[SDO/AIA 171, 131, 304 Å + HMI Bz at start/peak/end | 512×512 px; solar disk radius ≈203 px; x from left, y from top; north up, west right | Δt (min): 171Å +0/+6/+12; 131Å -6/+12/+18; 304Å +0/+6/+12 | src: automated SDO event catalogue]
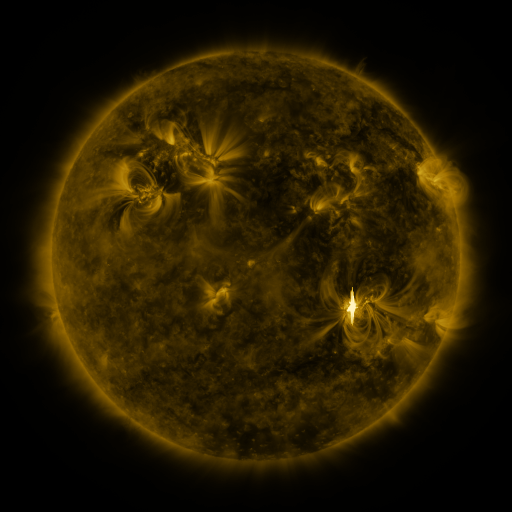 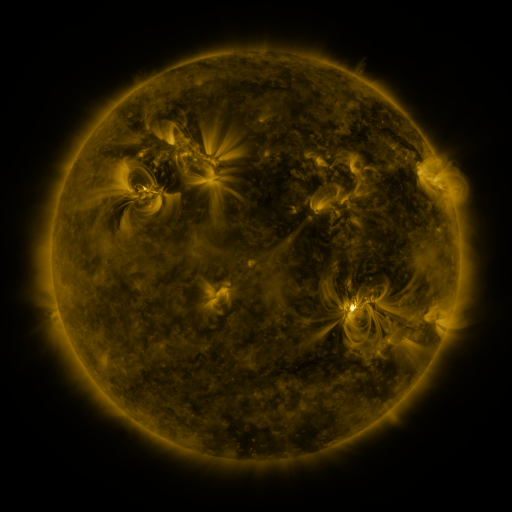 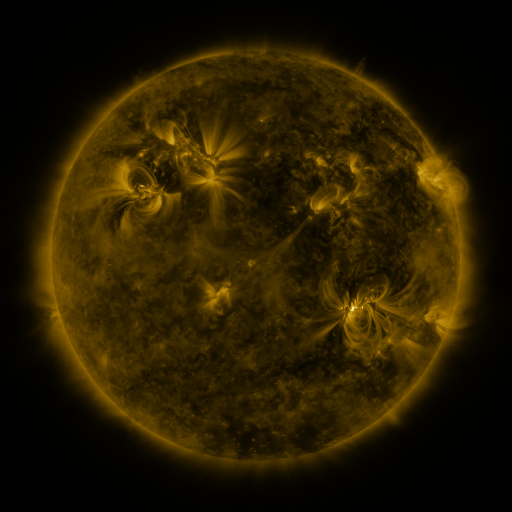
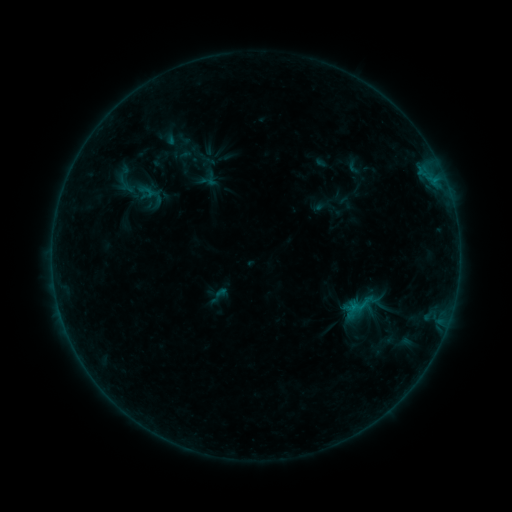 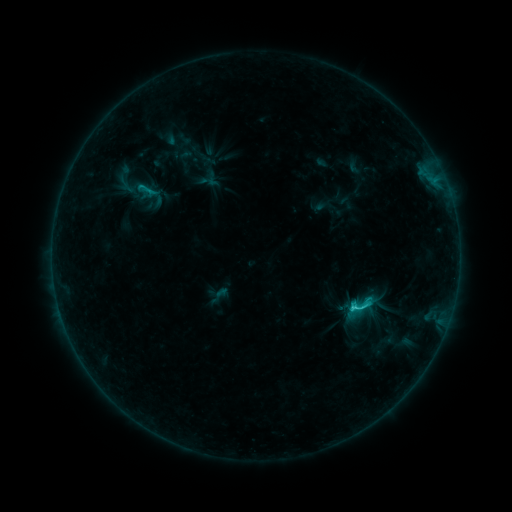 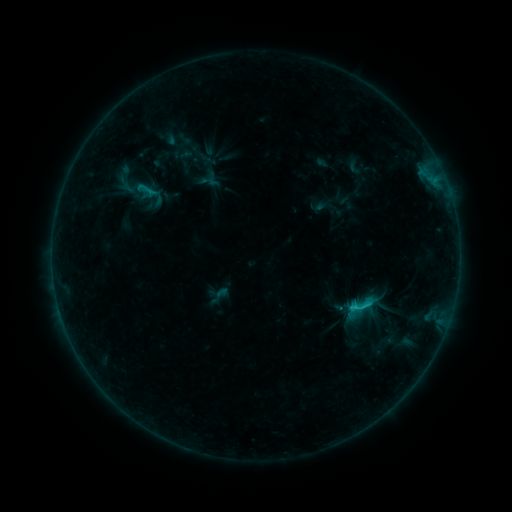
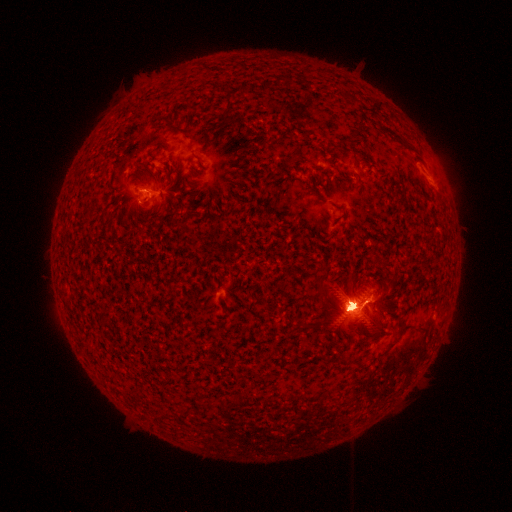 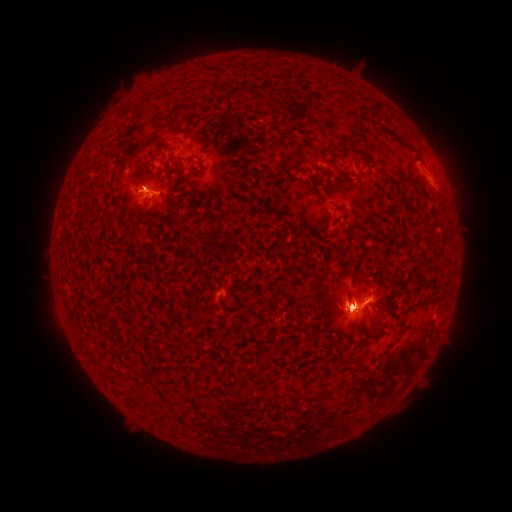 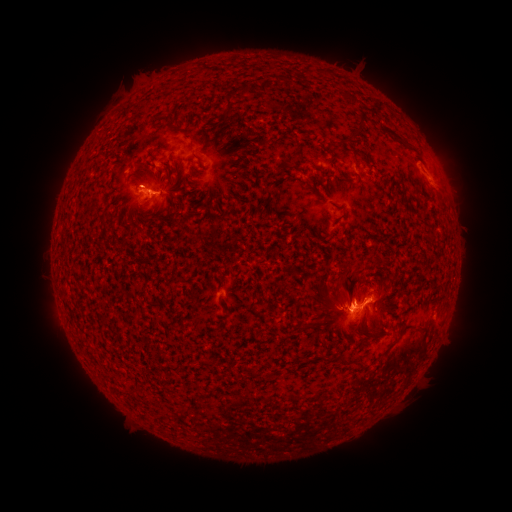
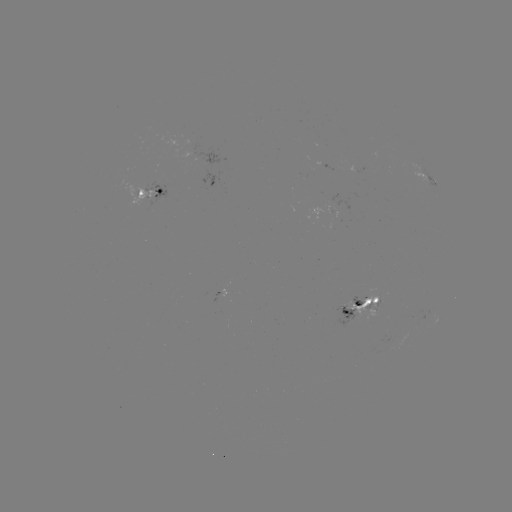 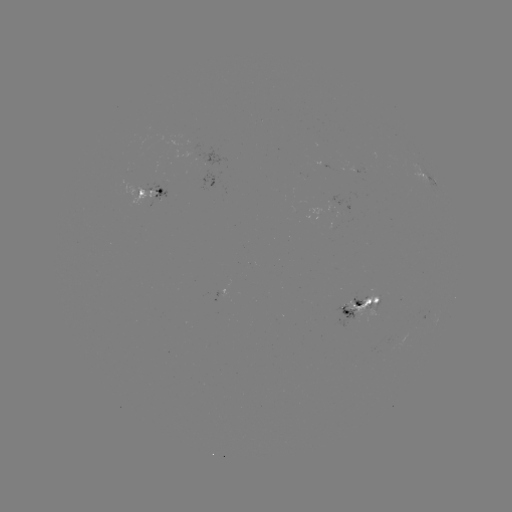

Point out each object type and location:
eruption: (86, 365)
